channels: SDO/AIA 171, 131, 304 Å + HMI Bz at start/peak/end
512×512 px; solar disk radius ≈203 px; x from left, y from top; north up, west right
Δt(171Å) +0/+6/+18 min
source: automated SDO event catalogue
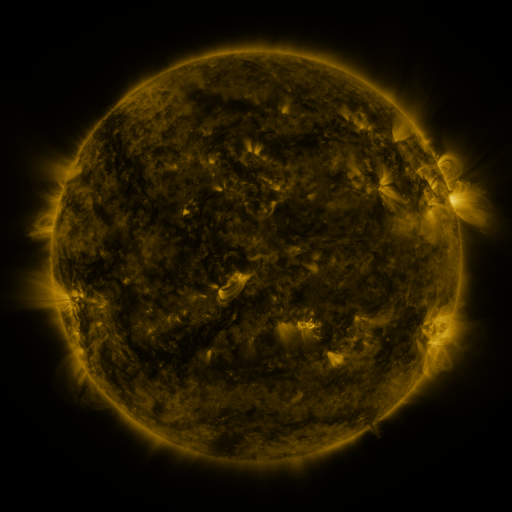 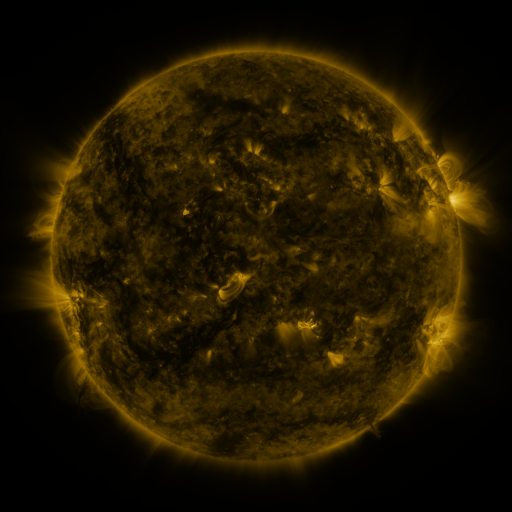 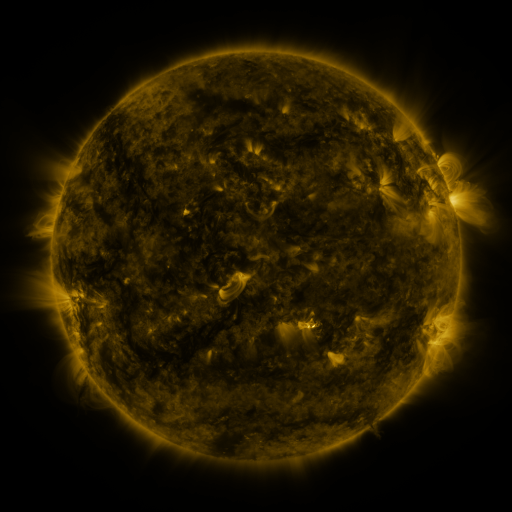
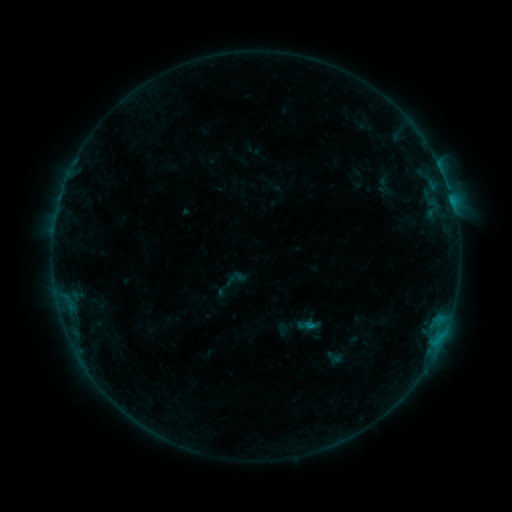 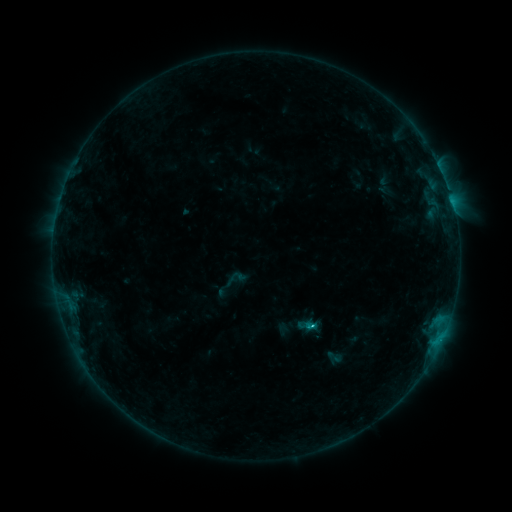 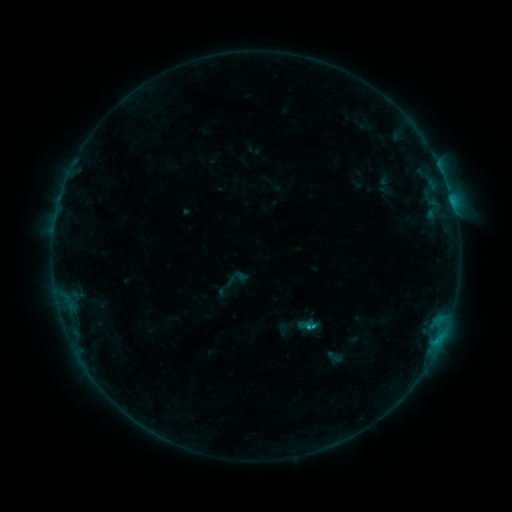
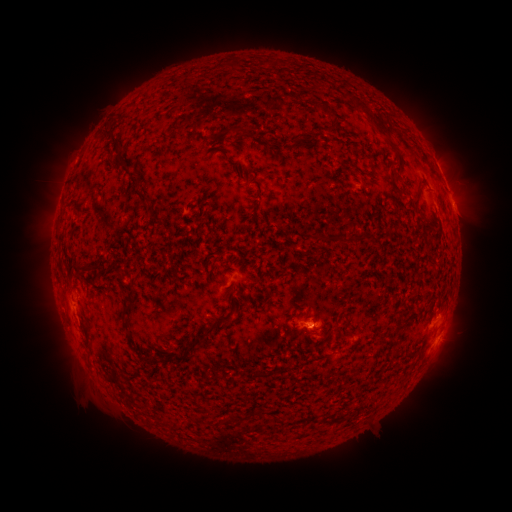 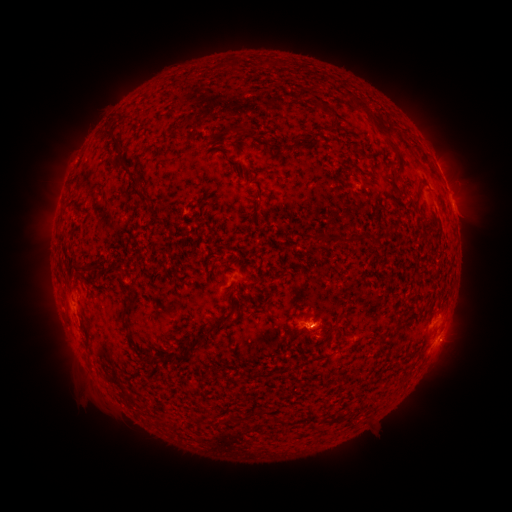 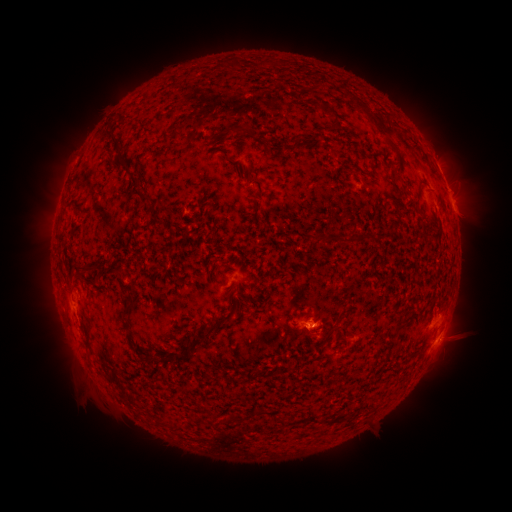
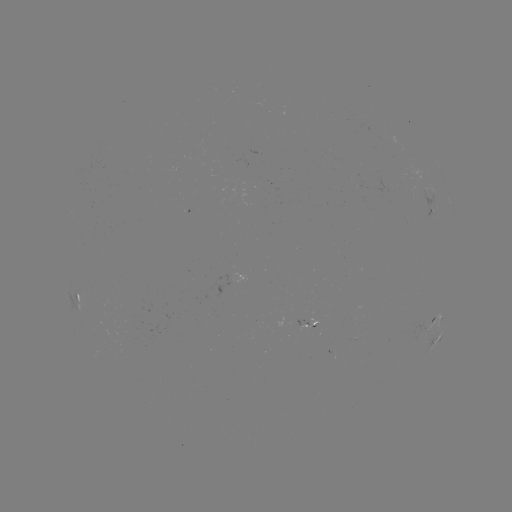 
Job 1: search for B9.4 flare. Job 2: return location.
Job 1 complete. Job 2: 312,323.